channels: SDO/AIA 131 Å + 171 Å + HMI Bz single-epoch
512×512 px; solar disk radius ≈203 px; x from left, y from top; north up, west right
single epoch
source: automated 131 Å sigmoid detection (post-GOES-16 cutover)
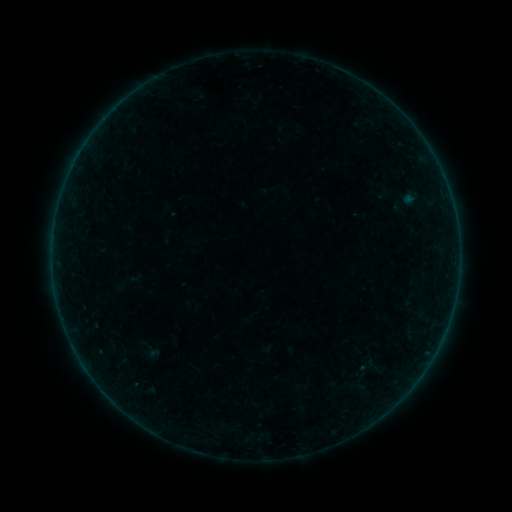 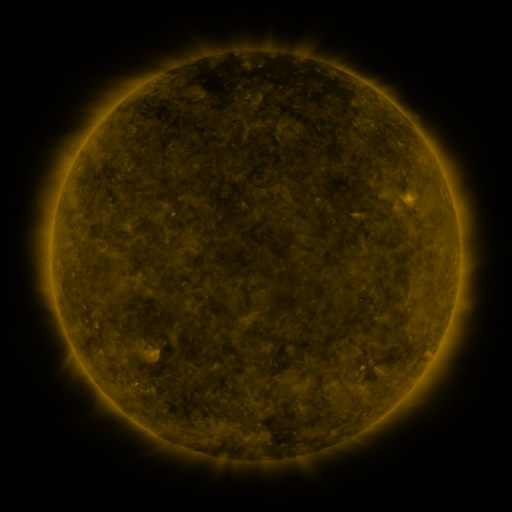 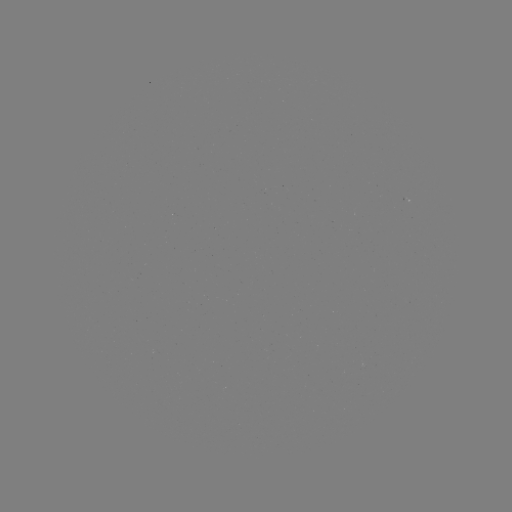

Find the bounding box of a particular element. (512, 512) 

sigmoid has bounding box [357, 356, 376, 375].